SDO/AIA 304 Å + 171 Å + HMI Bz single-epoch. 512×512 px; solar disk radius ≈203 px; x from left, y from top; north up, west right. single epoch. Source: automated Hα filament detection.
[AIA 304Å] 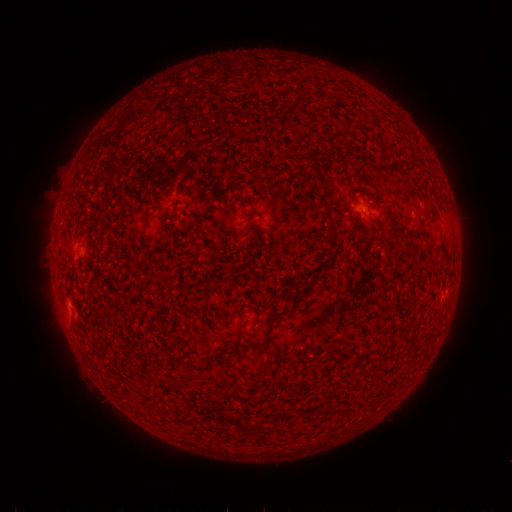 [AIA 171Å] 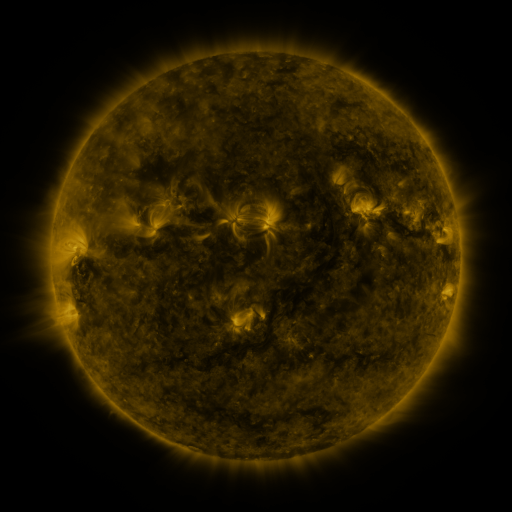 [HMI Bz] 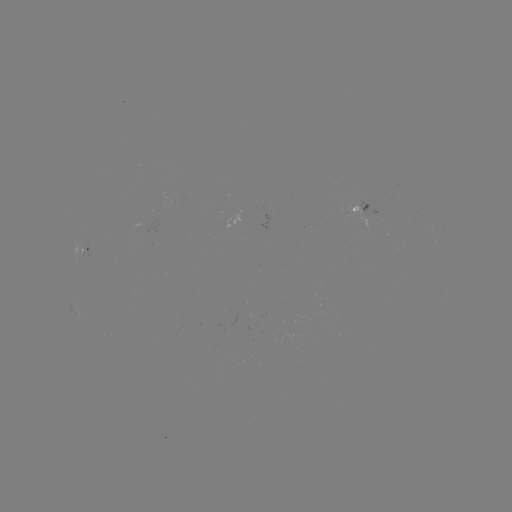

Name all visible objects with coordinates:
filament: (431, 208)
filament: (329, 253)
filament: (278, 316)
filament: (431, 333)
filament: (232, 352)
filament: (192, 366)
filament: (309, 416)
filament: (229, 418)
